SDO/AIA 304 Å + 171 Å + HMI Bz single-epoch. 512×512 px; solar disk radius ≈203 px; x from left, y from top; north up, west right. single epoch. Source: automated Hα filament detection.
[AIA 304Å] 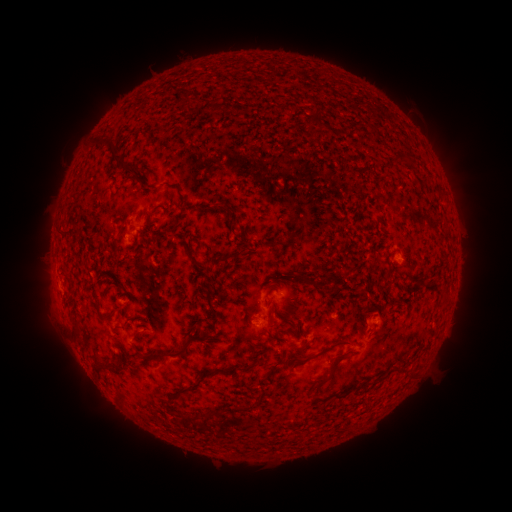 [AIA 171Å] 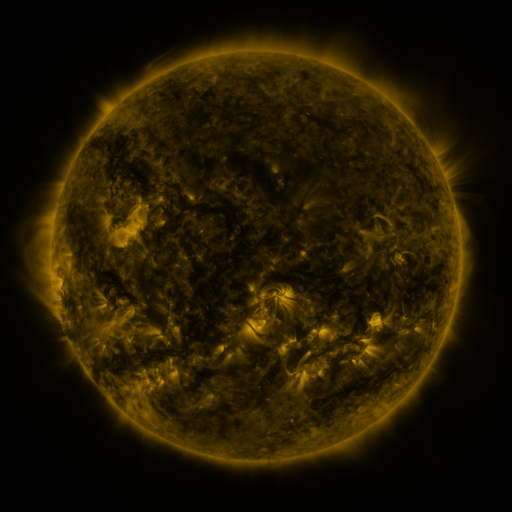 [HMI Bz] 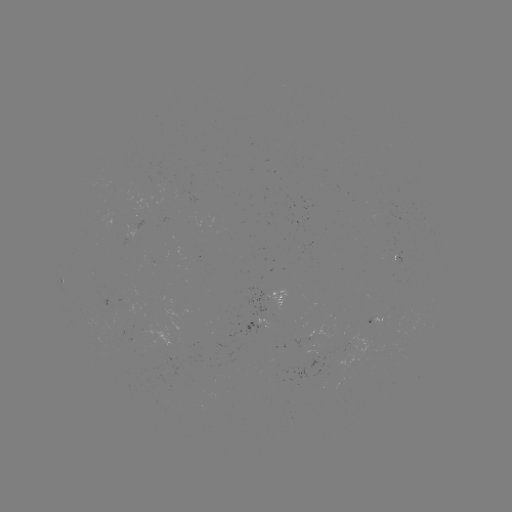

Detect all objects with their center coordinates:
filament: [180, 92, 191, 105]
filament: [95, 140, 113, 151]
filament: [387, 150, 410, 163]
filament: [110, 152, 133, 180]
filament: [212, 200, 225, 208]
filament: [169, 215, 179, 230]
filament: [186, 248, 198, 268]
filament: [206, 253, 232, 265]
filament: [294, 271, 328, 291]
filament: [206, 286, 221, 331]
filament: [266, 304, 279, 325]
filament: [282, 316, 294, 327]
filament: [73, 321, 84, 339]
filament: [266, 328, 273, 339]
filament: [147, 332, 203, 360]
filament: [293, 336, 357, 368]
filament: [303, 338, 311, 348]
filament: [320, 352, 347, 383]
filament: [279, 353, 289, 364]
filament: [96, 359, 121, 372]
filament: [262, 362, 278, 381]
filament: [208, 368, 233, 376]
filament: [187, 382, 202, 391]
filament: [215, 403, 254, 418]
filament: [178, 411, 199, 421]
